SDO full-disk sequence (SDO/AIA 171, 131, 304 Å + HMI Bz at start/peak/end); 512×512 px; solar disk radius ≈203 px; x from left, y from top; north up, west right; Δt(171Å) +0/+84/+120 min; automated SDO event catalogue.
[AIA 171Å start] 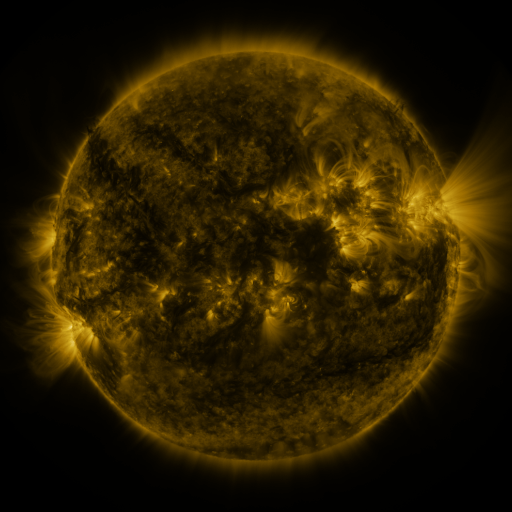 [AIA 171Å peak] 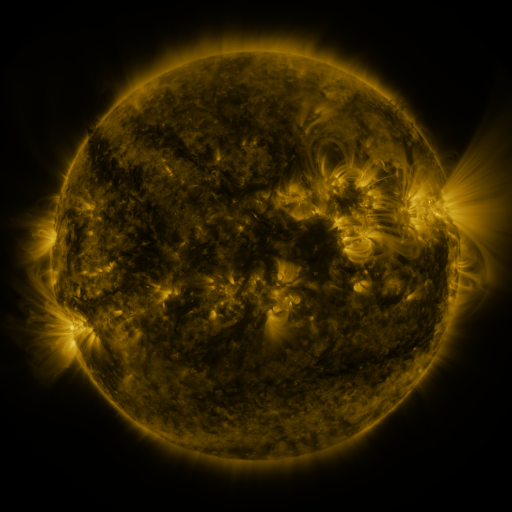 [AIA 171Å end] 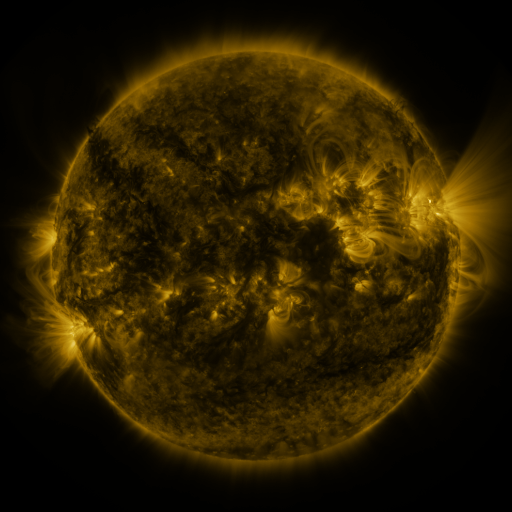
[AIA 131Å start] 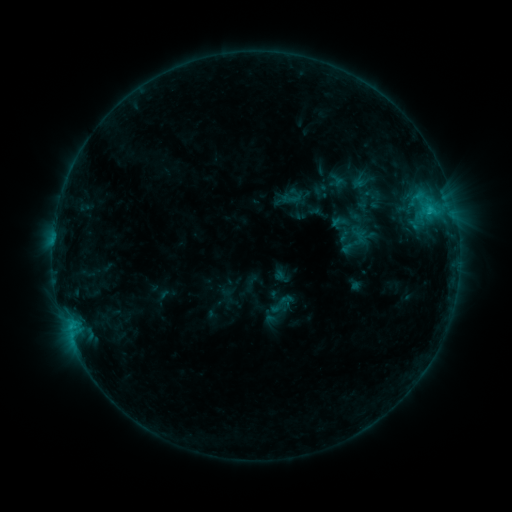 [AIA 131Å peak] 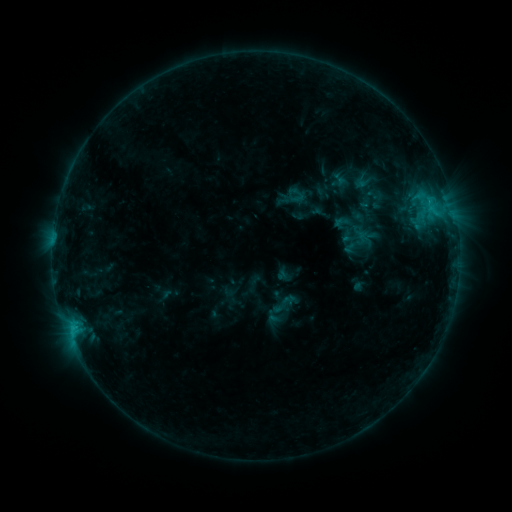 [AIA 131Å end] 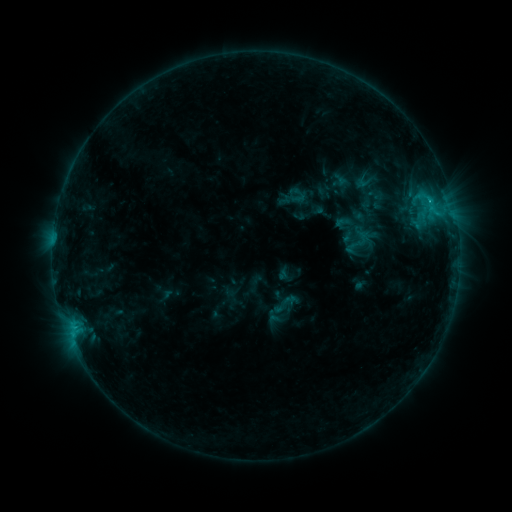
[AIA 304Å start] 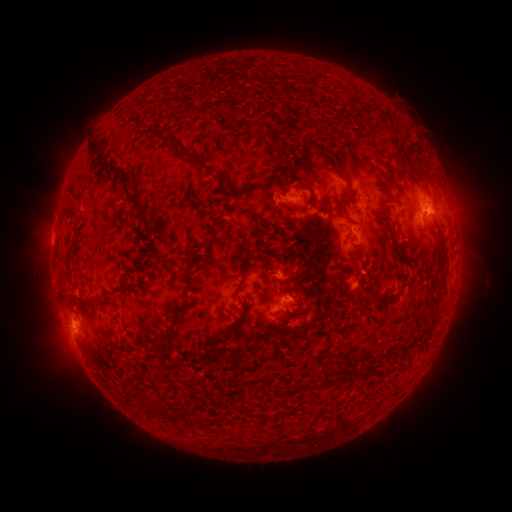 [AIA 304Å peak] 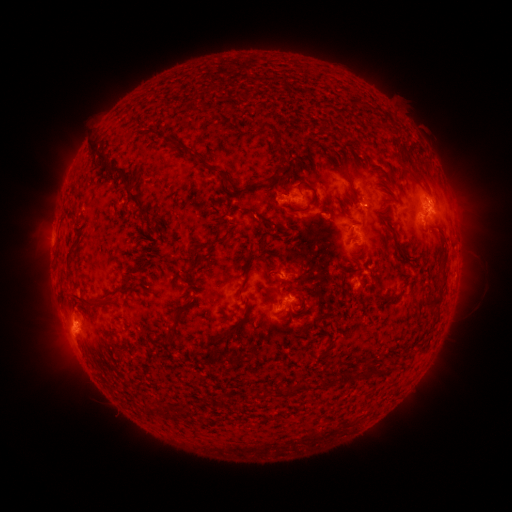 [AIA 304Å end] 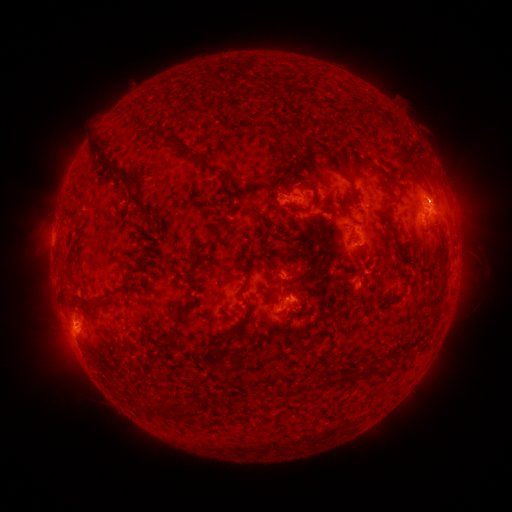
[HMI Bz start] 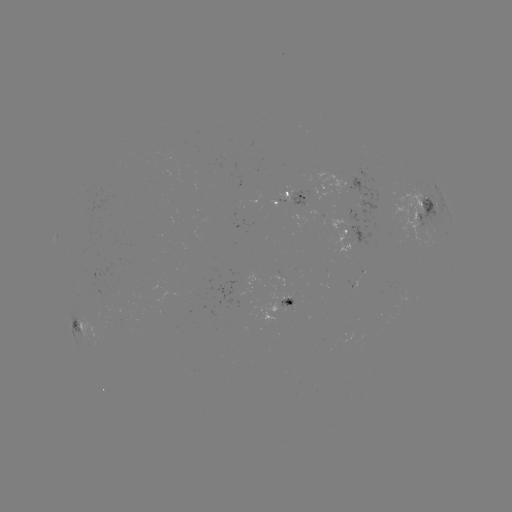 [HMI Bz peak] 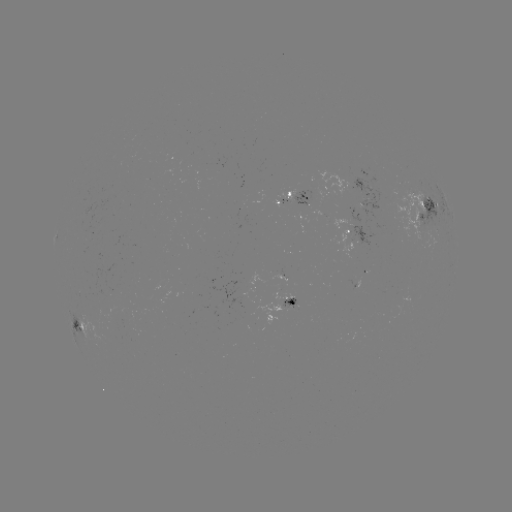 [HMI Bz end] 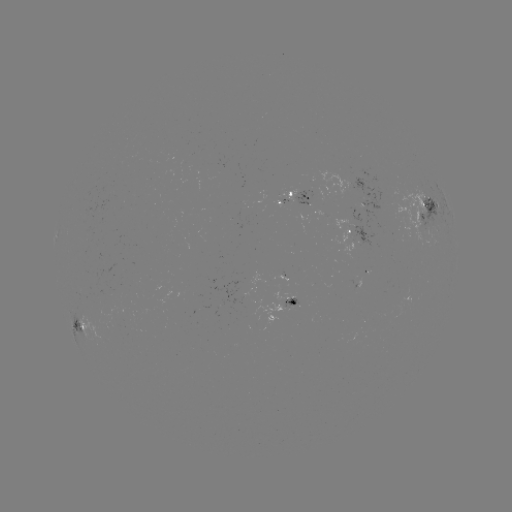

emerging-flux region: (240, 286, 253, 296)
